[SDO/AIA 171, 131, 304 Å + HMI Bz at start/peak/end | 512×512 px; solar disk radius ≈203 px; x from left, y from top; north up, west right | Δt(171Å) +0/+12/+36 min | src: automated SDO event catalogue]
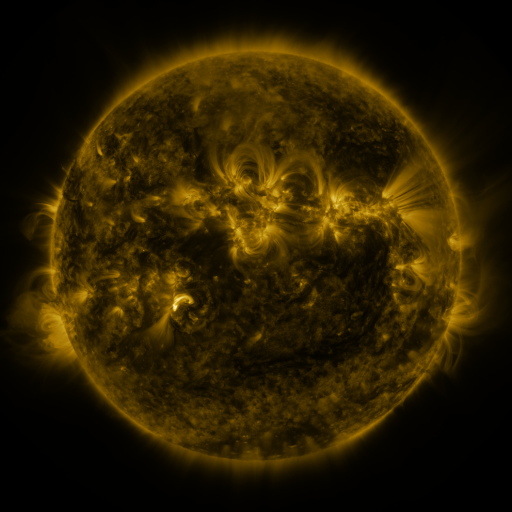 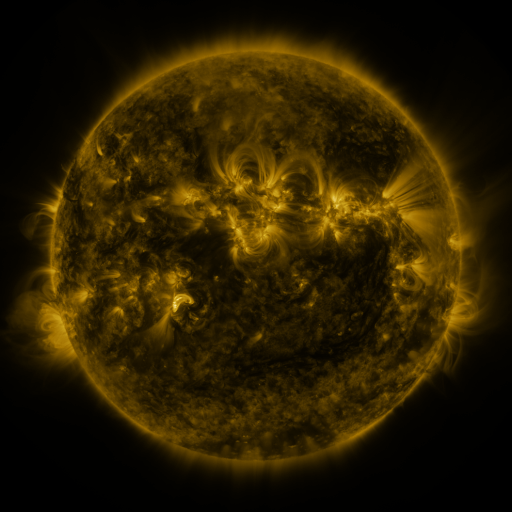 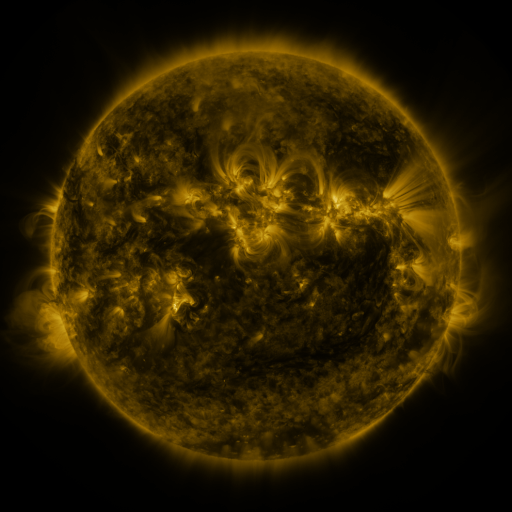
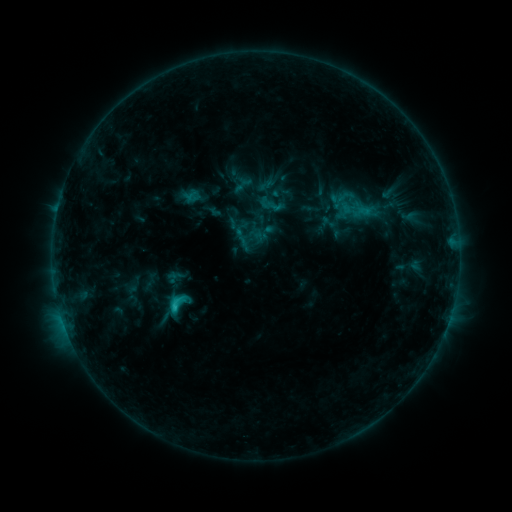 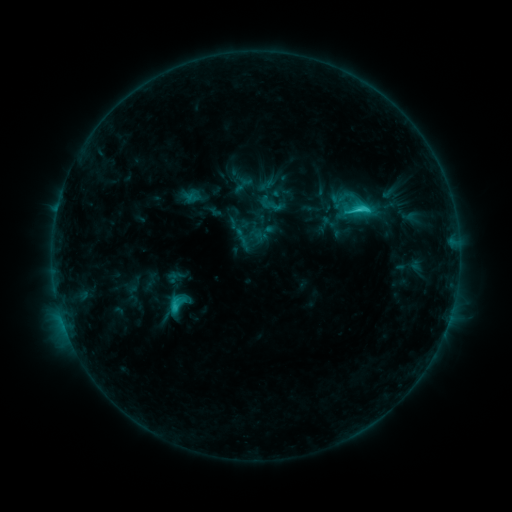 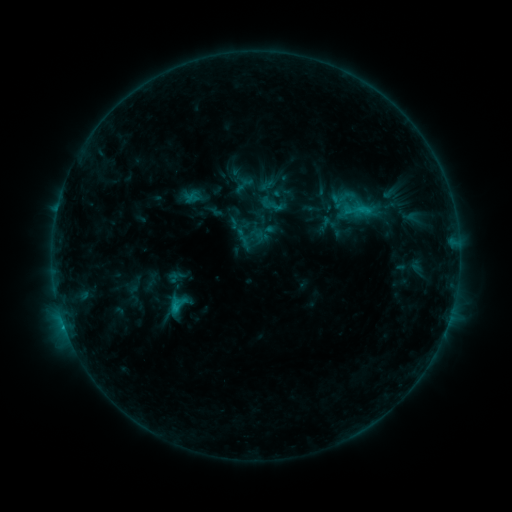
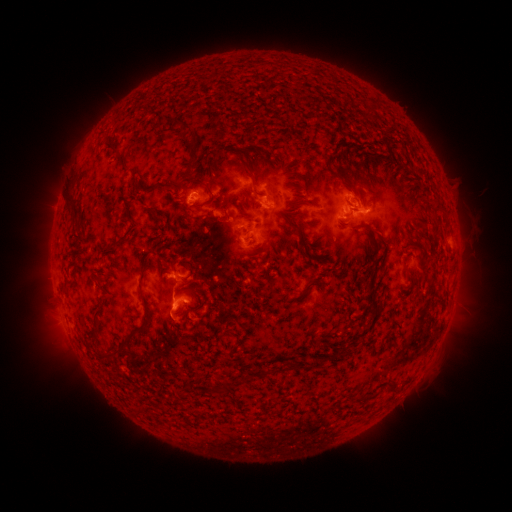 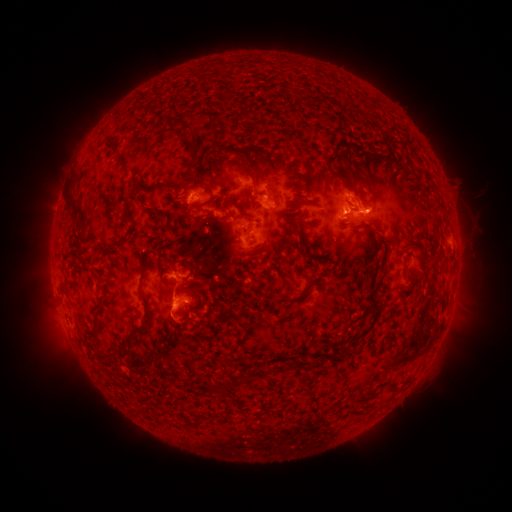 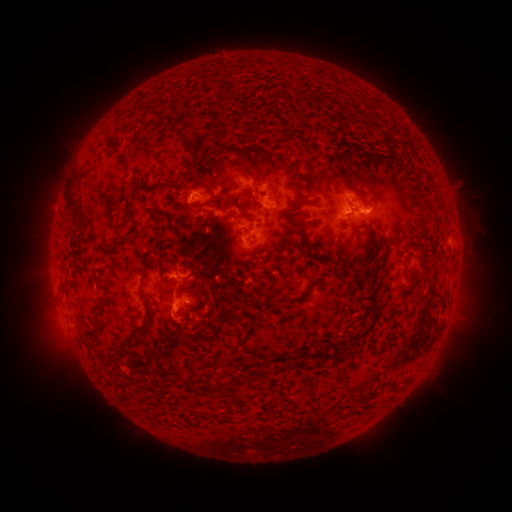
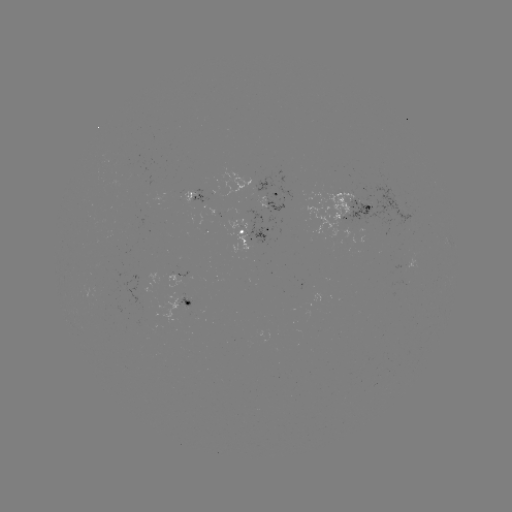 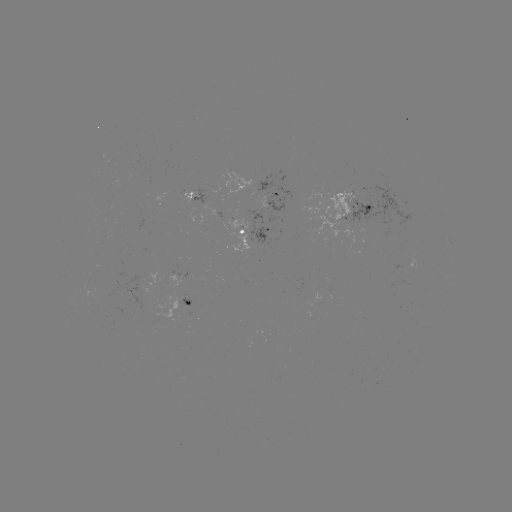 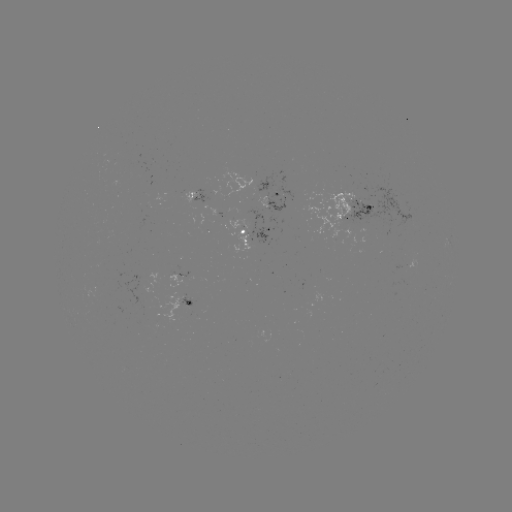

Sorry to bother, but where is C2.5 flare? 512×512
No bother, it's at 364,211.